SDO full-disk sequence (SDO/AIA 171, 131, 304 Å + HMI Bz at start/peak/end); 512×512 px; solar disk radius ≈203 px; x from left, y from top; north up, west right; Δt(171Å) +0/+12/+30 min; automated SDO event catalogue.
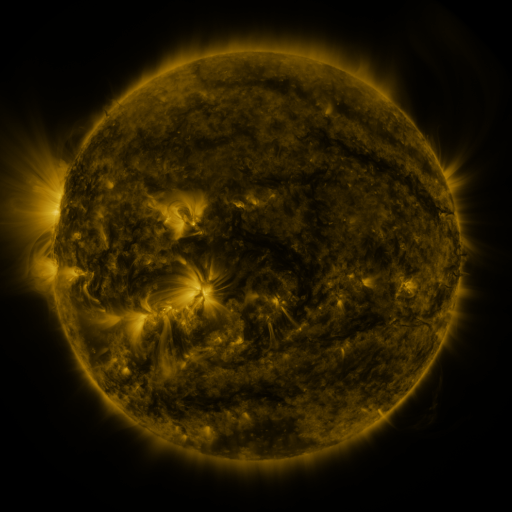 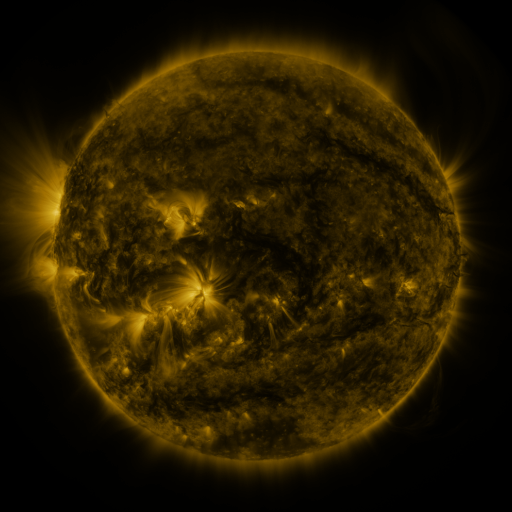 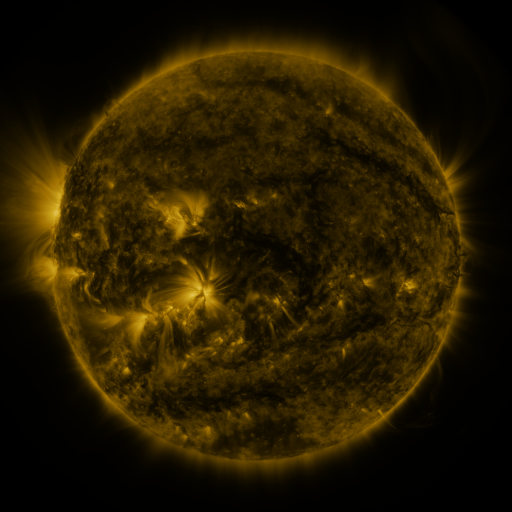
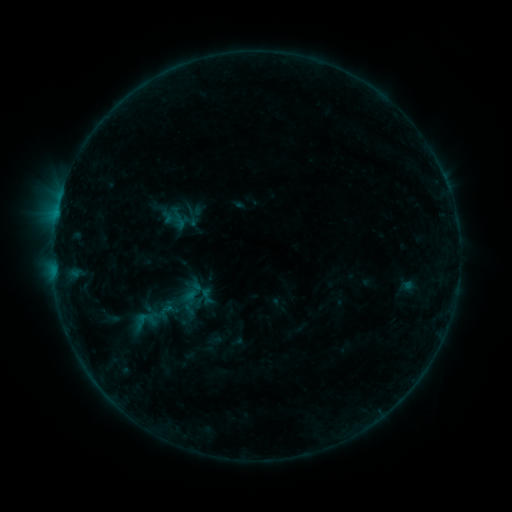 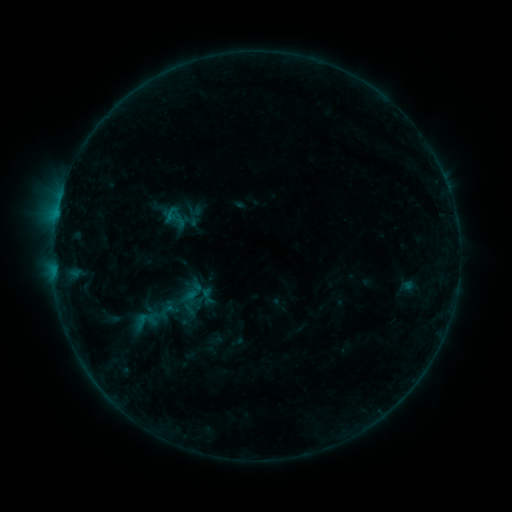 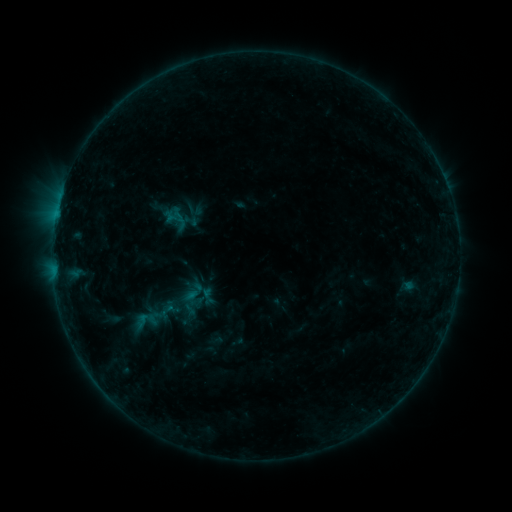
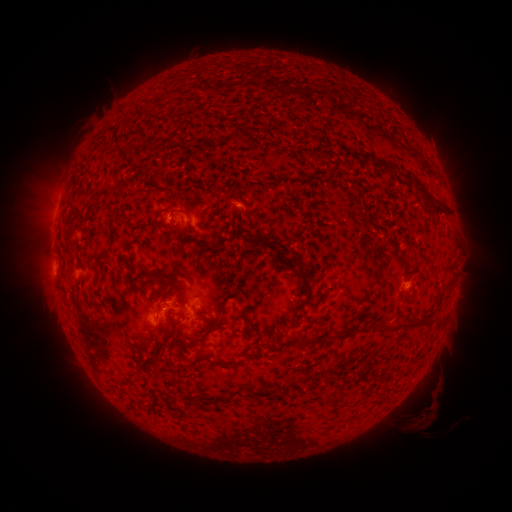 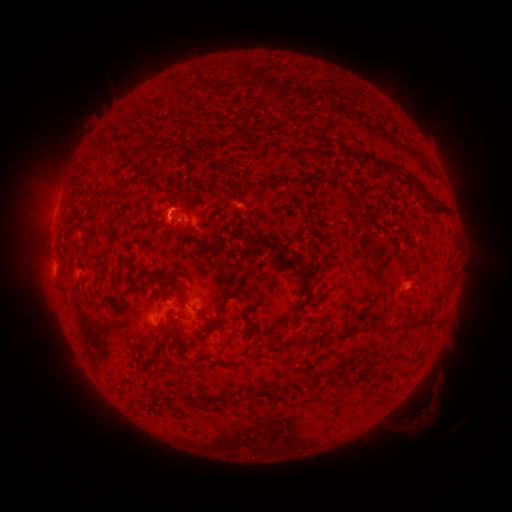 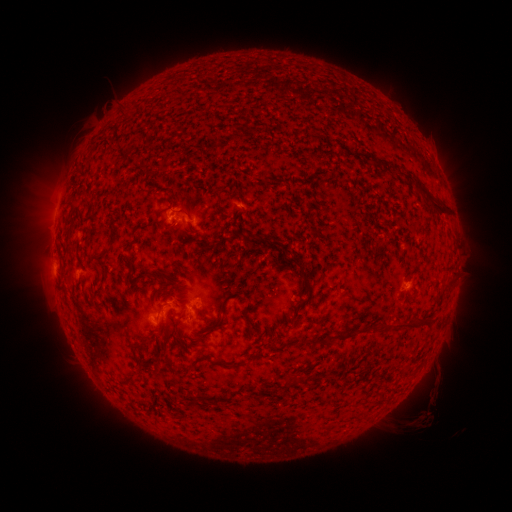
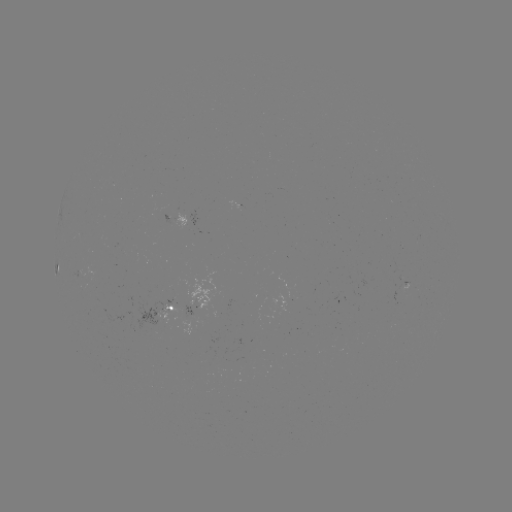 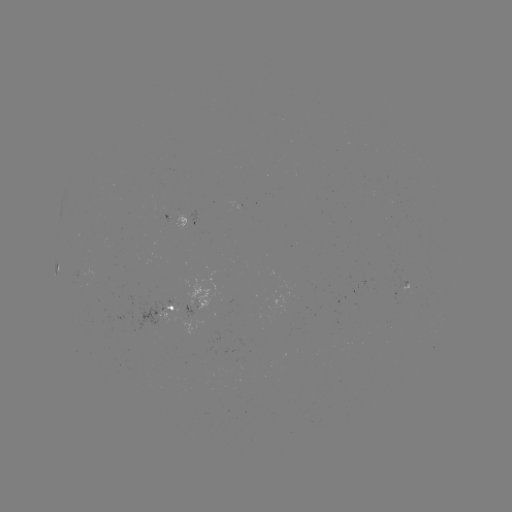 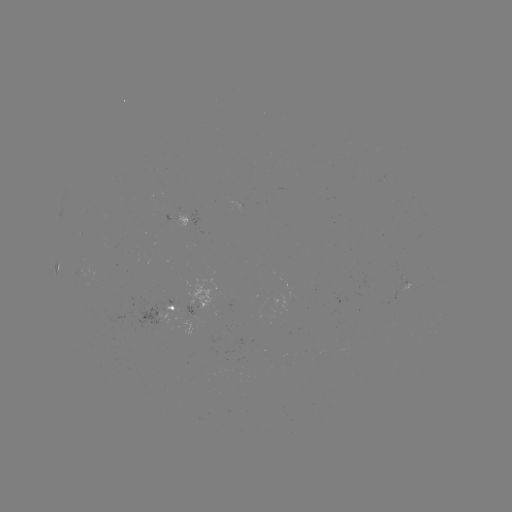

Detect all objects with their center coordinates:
B3.2 flare: (171, 218)
